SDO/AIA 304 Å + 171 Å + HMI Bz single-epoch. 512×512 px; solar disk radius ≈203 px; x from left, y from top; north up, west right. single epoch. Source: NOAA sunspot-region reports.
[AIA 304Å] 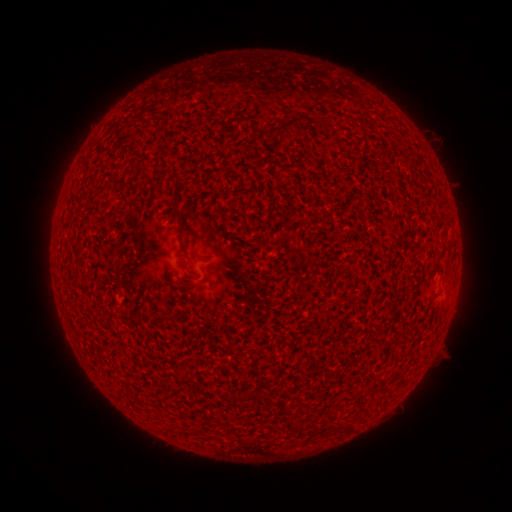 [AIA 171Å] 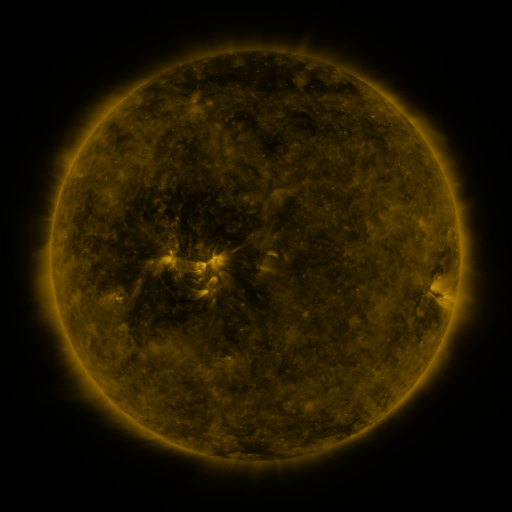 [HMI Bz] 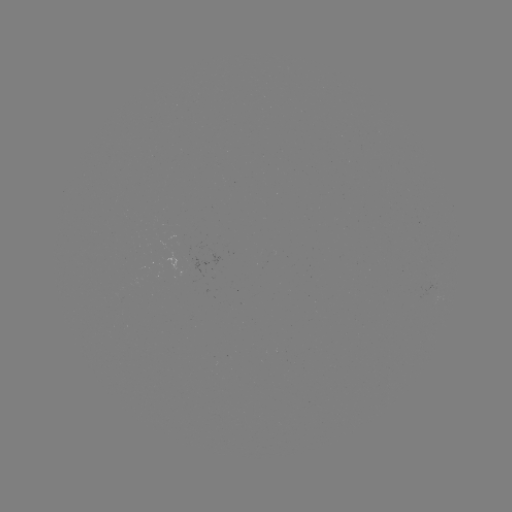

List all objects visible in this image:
(none)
